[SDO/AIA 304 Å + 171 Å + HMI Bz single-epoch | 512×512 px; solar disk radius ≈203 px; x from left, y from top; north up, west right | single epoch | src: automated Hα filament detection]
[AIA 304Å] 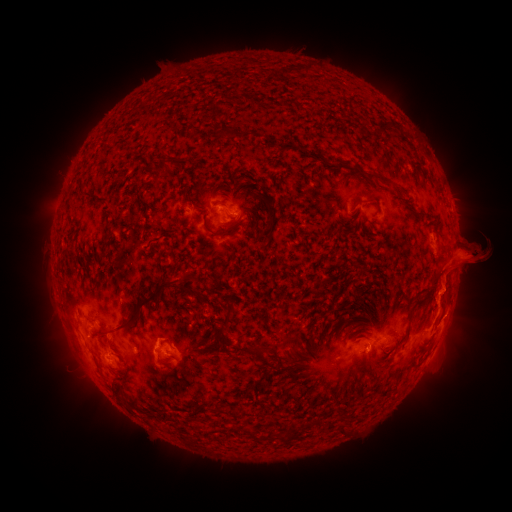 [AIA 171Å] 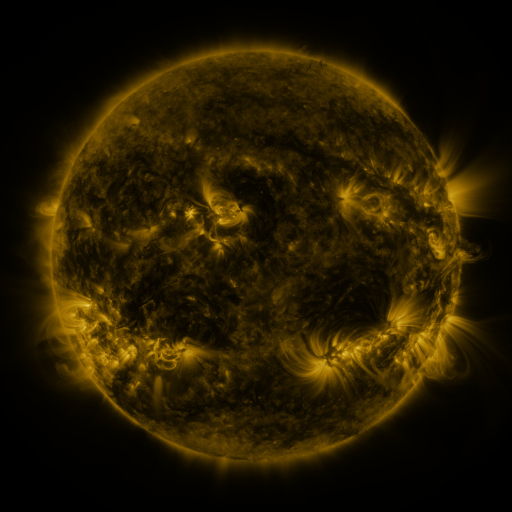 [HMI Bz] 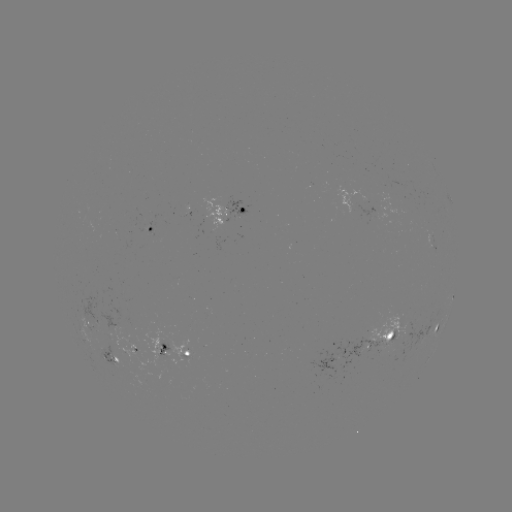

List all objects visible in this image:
filament: (379, 121, 391, 132)
filament: (238, 129, 254, 139)
filament: (153, 154, 167, 171)
filament: (366, 172, 388, 184)
filament: (266, 206, 277, 227)
filament: (429, 270, 444, 289)
filament: (180, 275, 194, 293)
filament: (91, 278, 176, 335)
filament: (440, 293, 450, 309)
filament: (224, 301, 234, 317)
filament: (280, 335, 298, 347)
filament: (245, 344, 264, 357)
filament: (240, 426, 253, 437)
